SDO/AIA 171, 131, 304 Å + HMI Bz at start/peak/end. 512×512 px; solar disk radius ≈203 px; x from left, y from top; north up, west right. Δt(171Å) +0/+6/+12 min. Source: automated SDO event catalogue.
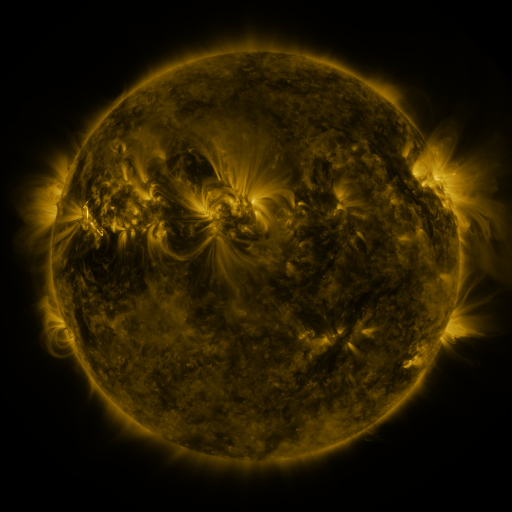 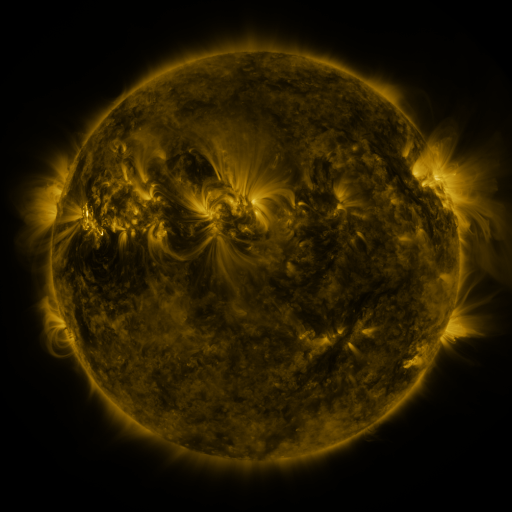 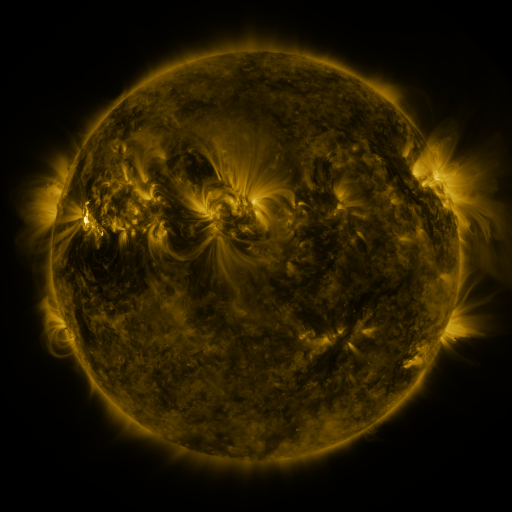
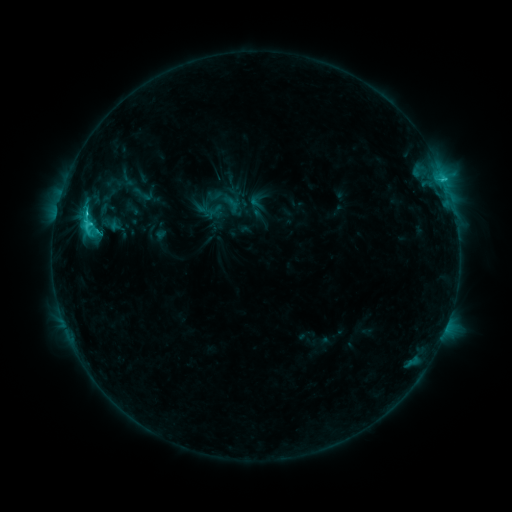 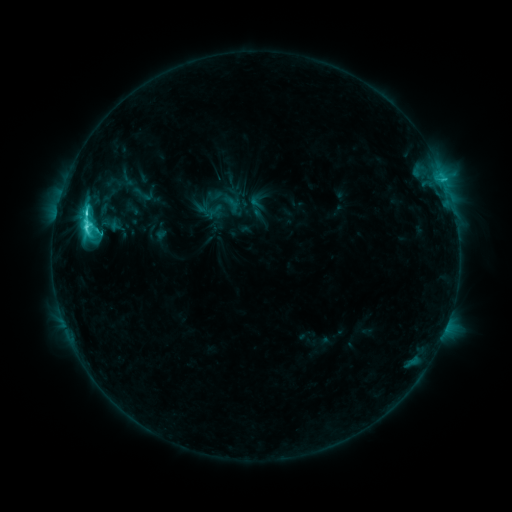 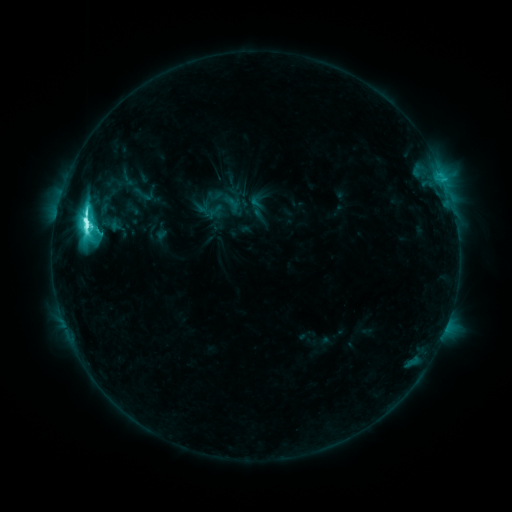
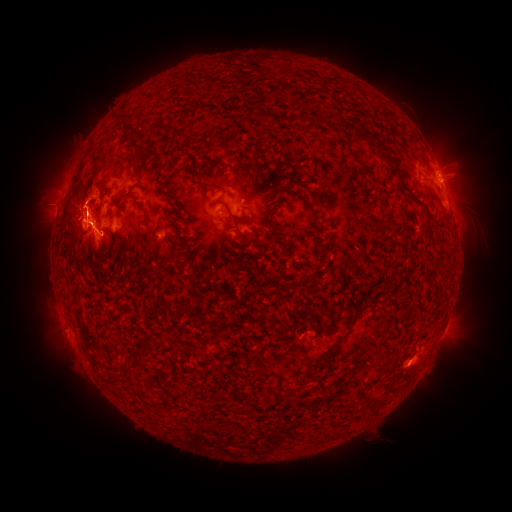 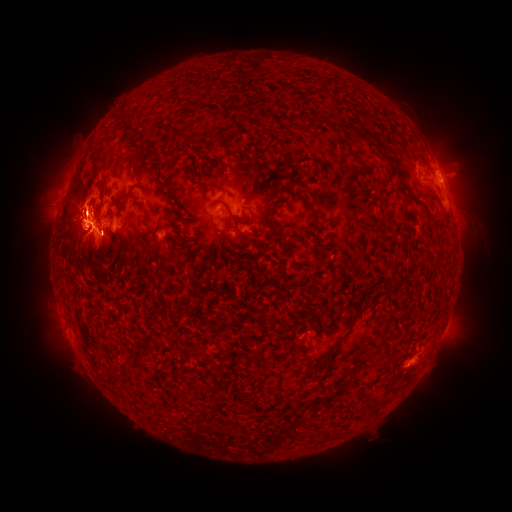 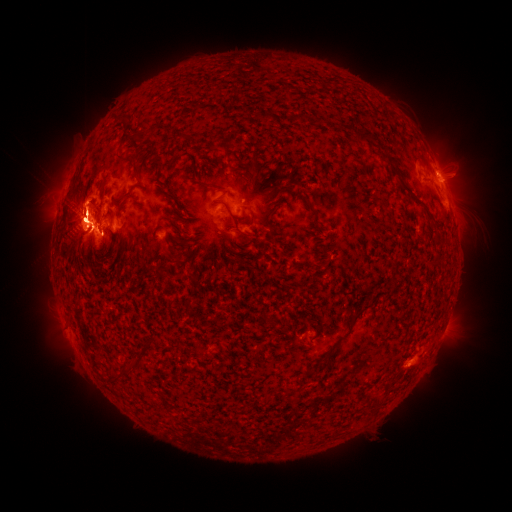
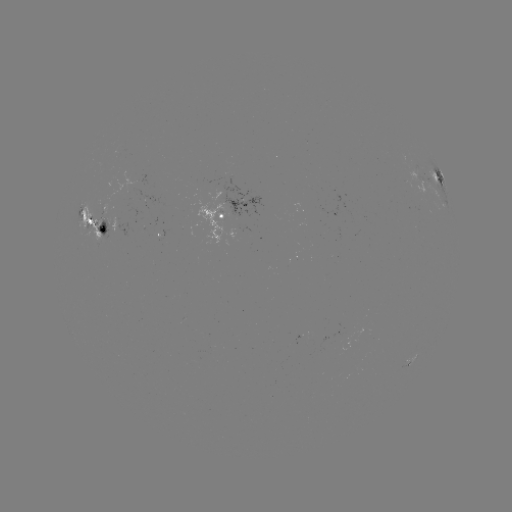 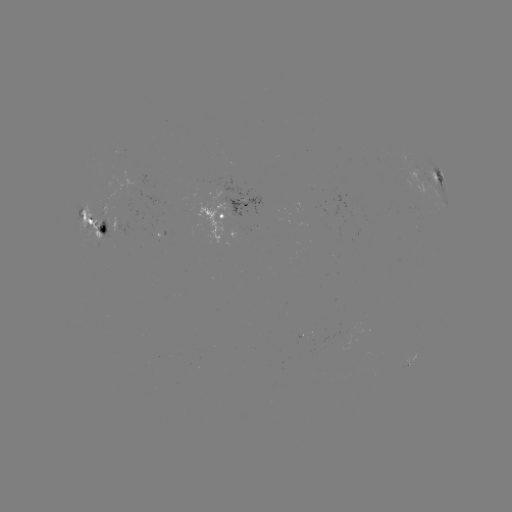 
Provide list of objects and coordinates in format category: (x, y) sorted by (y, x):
eruption: (89, 243)
